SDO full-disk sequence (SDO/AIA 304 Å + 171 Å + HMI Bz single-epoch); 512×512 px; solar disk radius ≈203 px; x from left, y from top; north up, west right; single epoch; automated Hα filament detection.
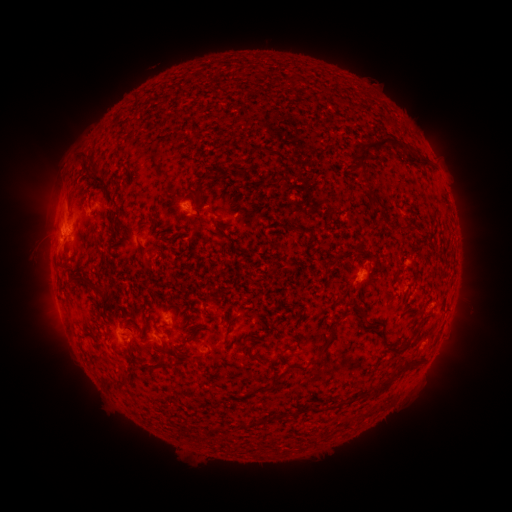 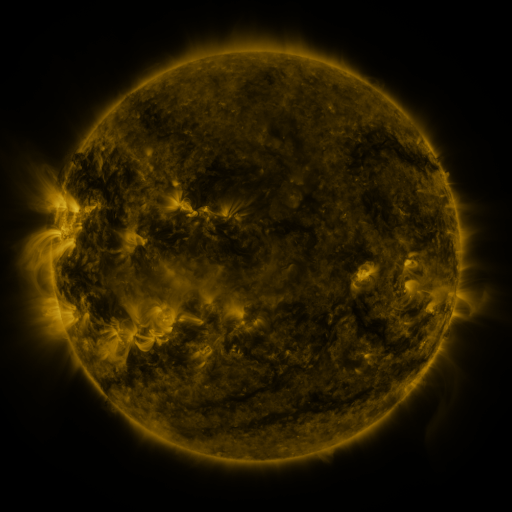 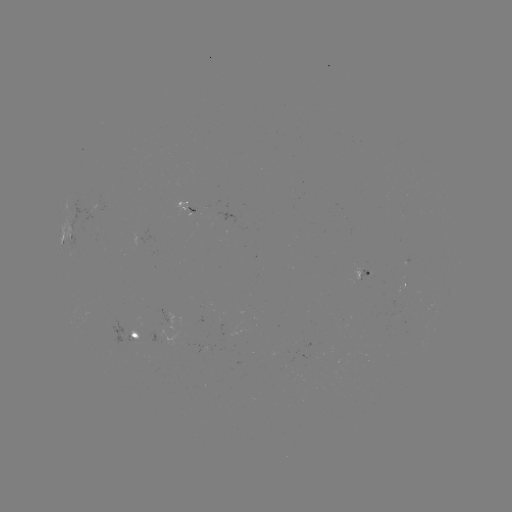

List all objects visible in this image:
filament: (349, 134, 429, 178)
filament: (193, 174, 208, 203)
filament: (88, 177, 108, 201)
filament: (370, 195, 381, 206)
filament: (390, 273, 401, 282)
filament: (87, 283, 110, 303)
filament: (193, 299, 215, 318)
filament: (352, 300, 371, 324)
filament: (423, 309, 432, 318)
filament: (316, 323, 337, 358)
filament: (380, 325, 411, 352)
filament: (162, 340, 167, 350)
filament: (247, 346, 257, 360)
filament: (363, 354, 425, 397)
filament: (148, 358, 171, 372)
filament: (297, 363, 308, 370)
filament: (114, 381, 131, 391)
filament: (261, 383, 277, 393)
filament: (240, 412, 282, 429)
